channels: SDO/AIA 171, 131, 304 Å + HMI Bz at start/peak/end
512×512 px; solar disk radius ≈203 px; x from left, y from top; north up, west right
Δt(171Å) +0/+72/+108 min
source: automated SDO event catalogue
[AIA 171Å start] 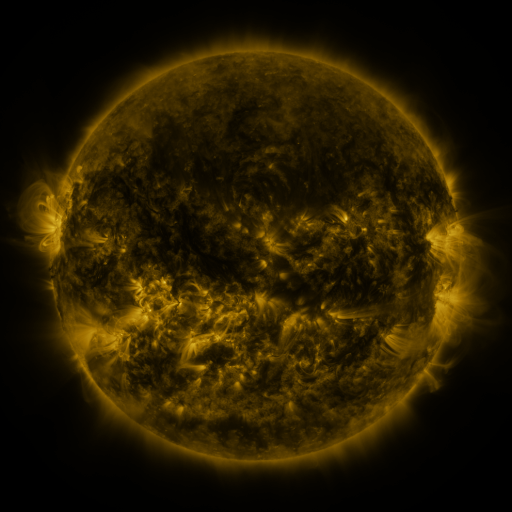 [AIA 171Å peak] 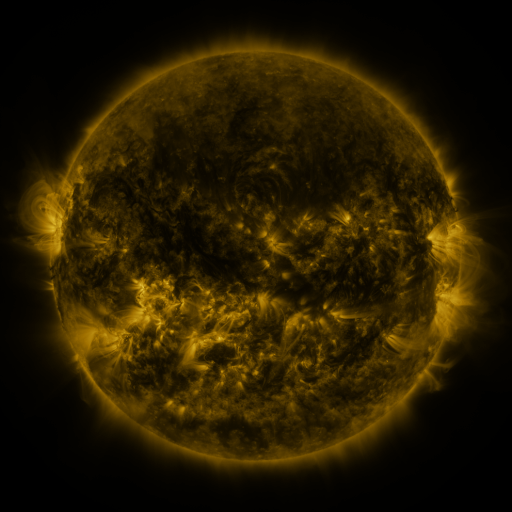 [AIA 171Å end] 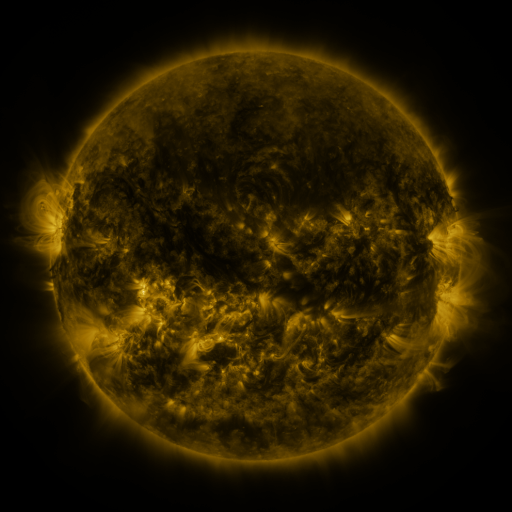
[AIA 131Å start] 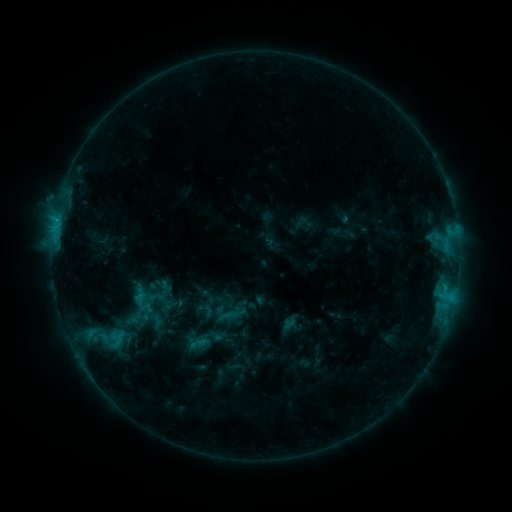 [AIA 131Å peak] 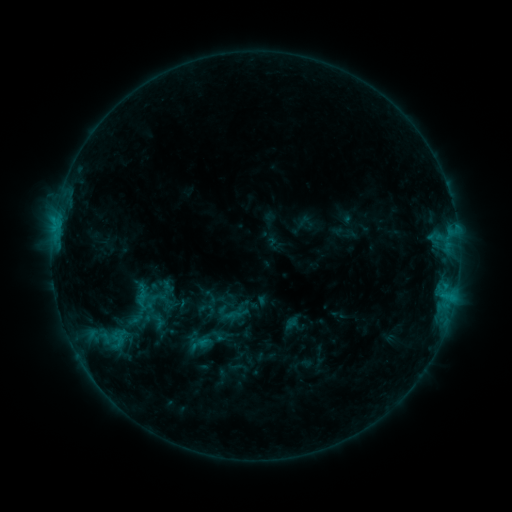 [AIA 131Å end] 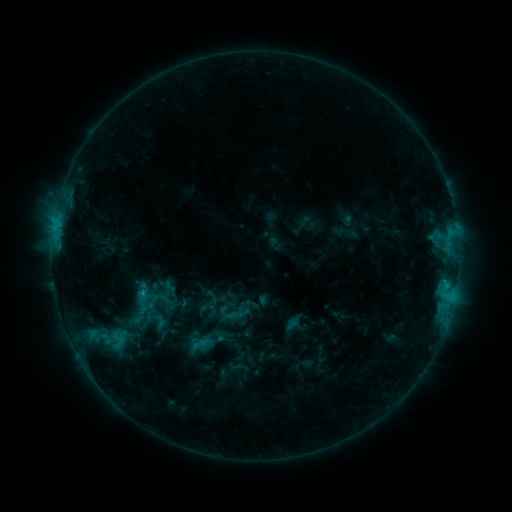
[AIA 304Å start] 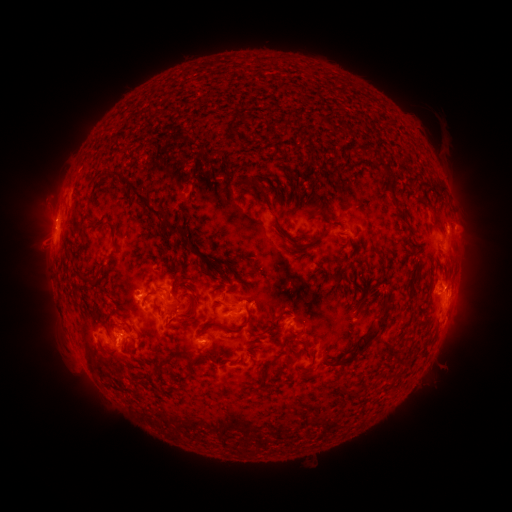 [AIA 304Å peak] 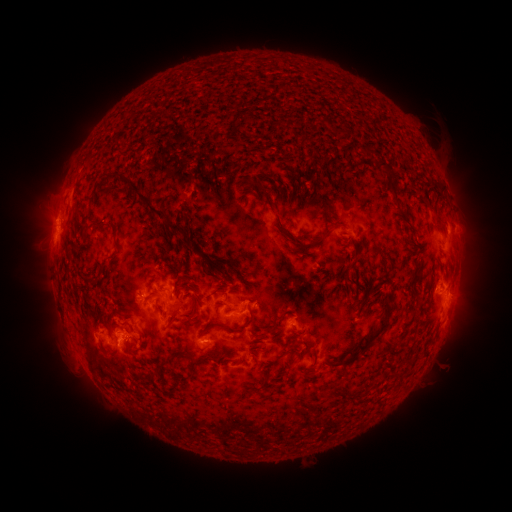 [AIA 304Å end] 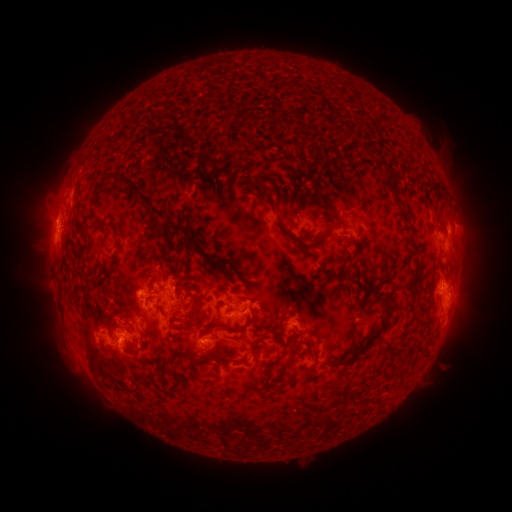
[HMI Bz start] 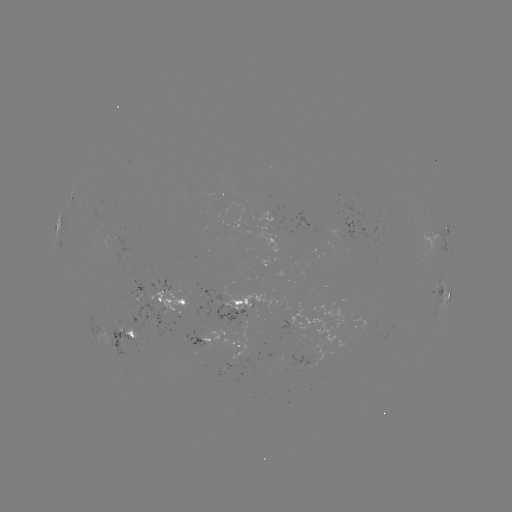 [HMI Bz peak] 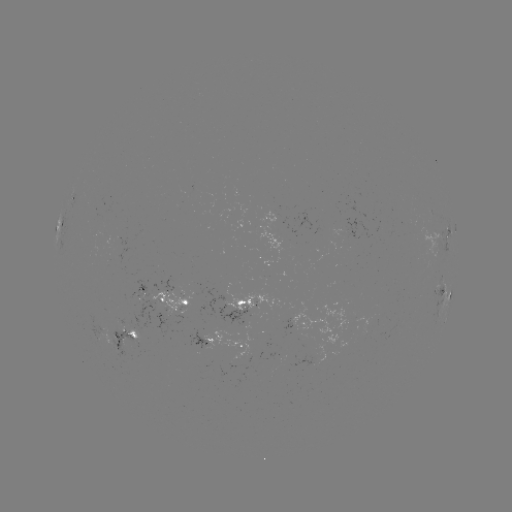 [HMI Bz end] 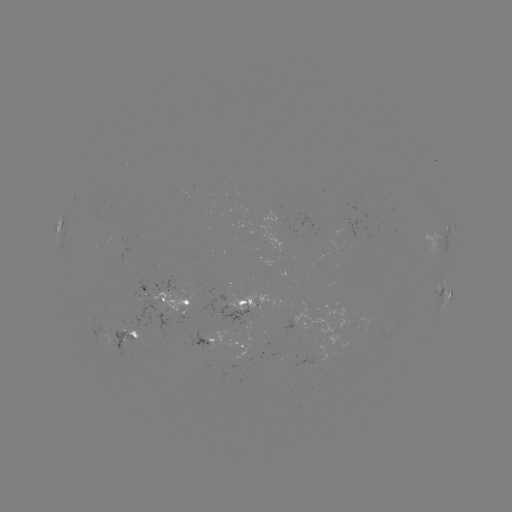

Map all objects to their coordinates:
emerging-flux region: (146, 291)
